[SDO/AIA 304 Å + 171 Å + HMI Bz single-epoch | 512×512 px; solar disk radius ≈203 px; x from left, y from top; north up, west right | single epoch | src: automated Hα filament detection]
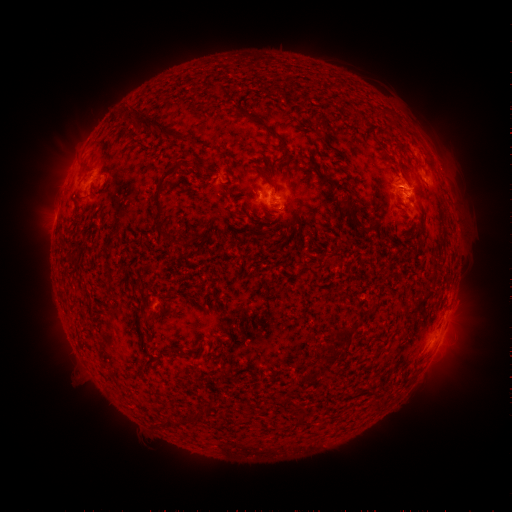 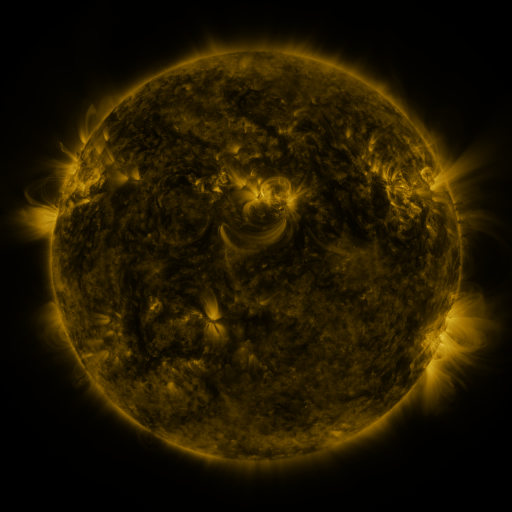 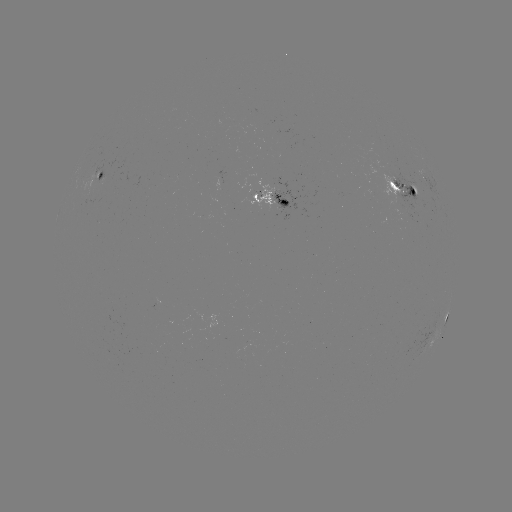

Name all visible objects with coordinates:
filament: <bbox>136, 111, 172, 137</bbox>
filament: <bbox>248, 112, 262, 123</bbox>
filament: <bbox>153, 163, 179, 215</bbox>
filament: <bbox>343, 202, 353, 211</bbox>
filament: <bbox>366, 223, 374, 234</bbox>
filament: <bbox>146, 262, 157, 271</bbox>
filament: <bbox>141, 313, 155, 321</bbox>
filament: <bbox>331, 328, 353, 344</bbox>
filament: <bbox>323, 345, 333, 354</bbox>
